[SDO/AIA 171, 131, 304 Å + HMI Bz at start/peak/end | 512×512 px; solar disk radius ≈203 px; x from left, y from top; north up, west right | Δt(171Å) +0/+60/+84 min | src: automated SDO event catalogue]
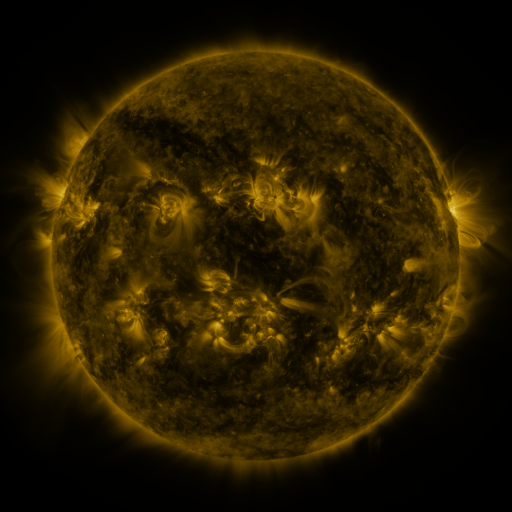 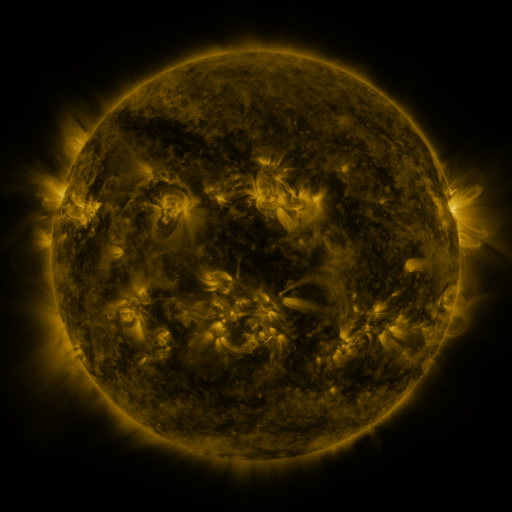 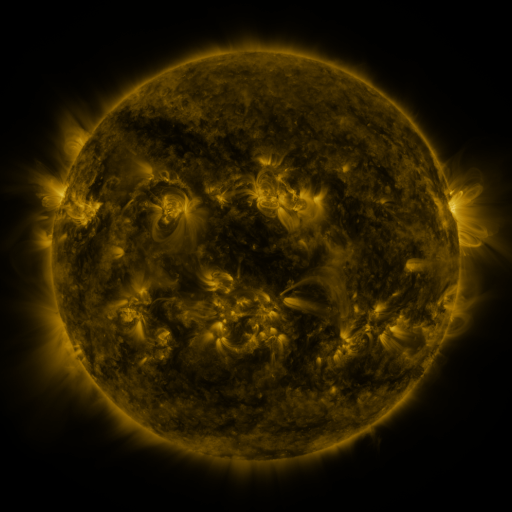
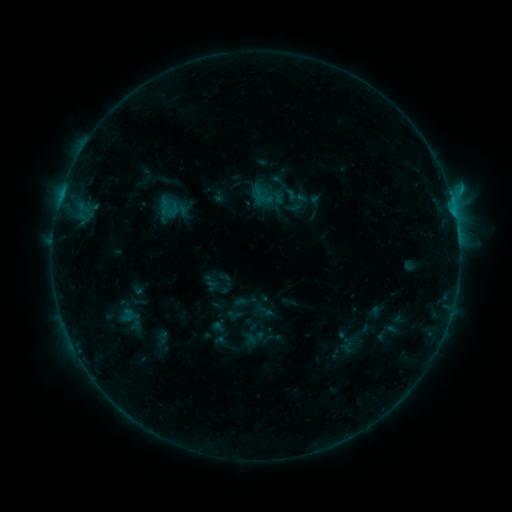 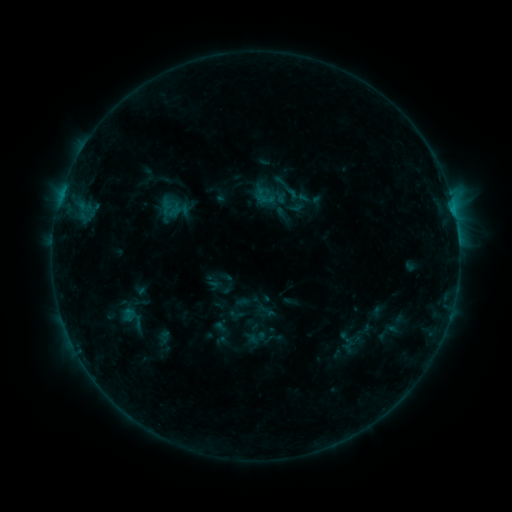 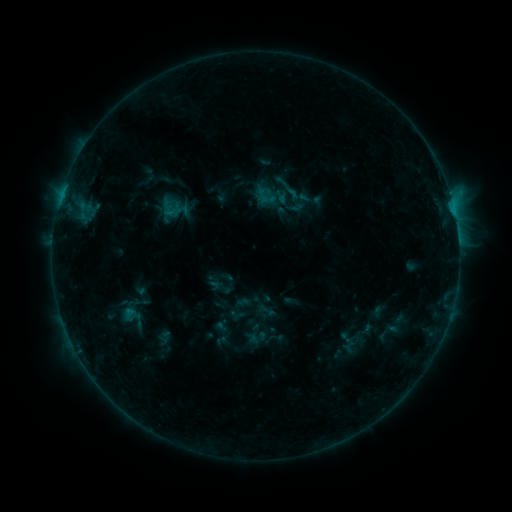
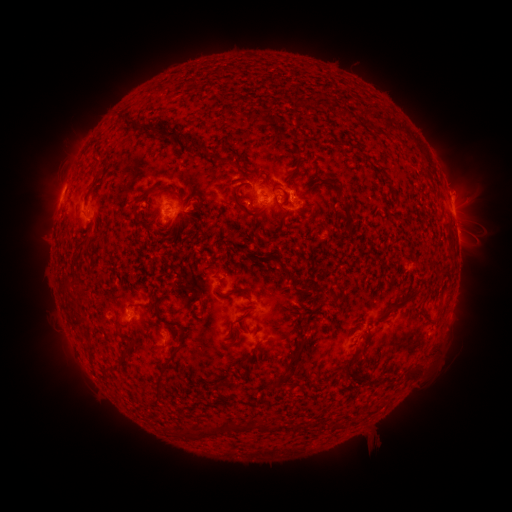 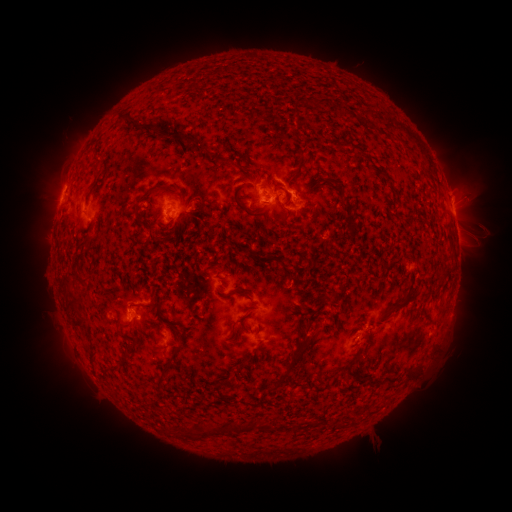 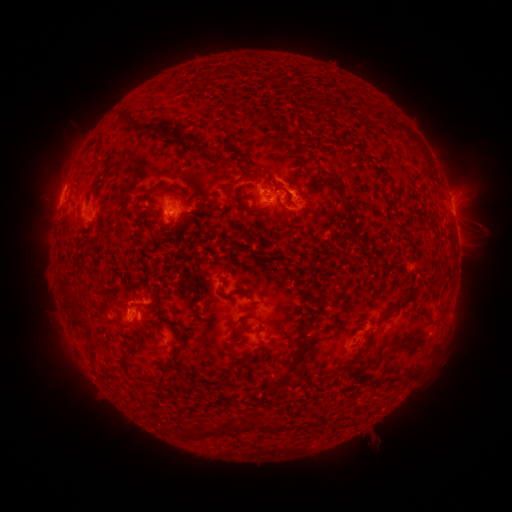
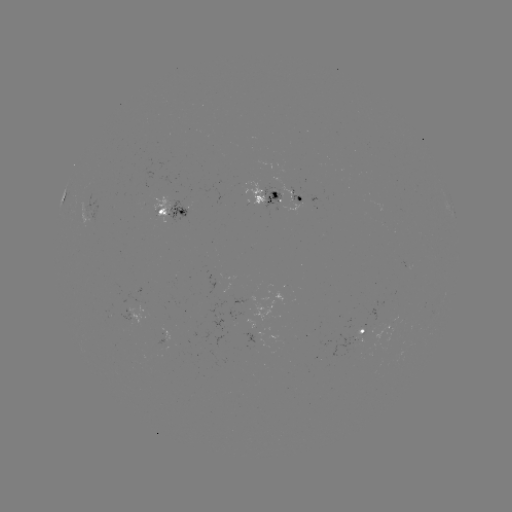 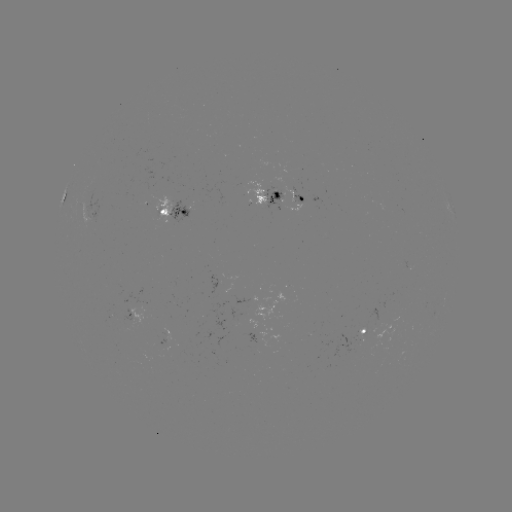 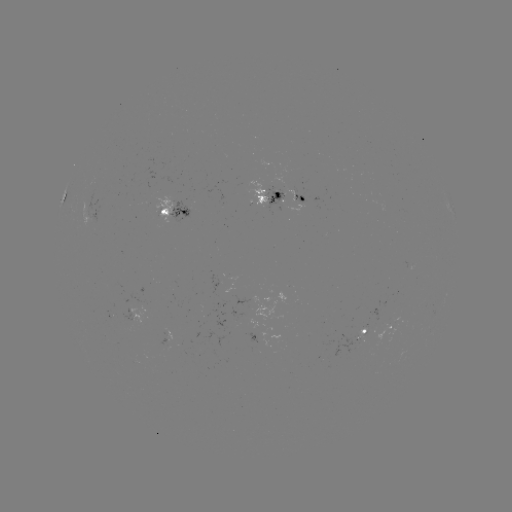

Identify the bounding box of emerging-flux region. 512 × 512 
[272, 176, 285, 187].